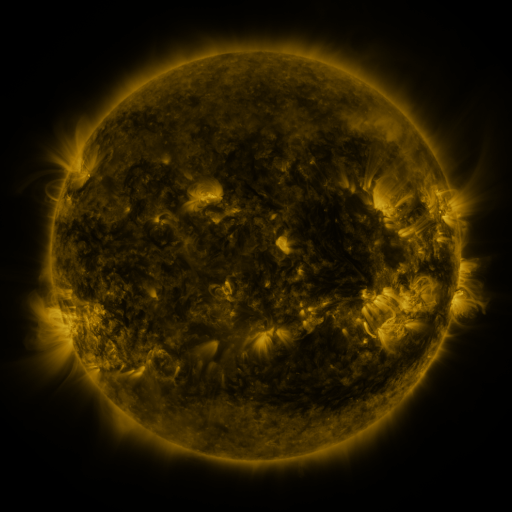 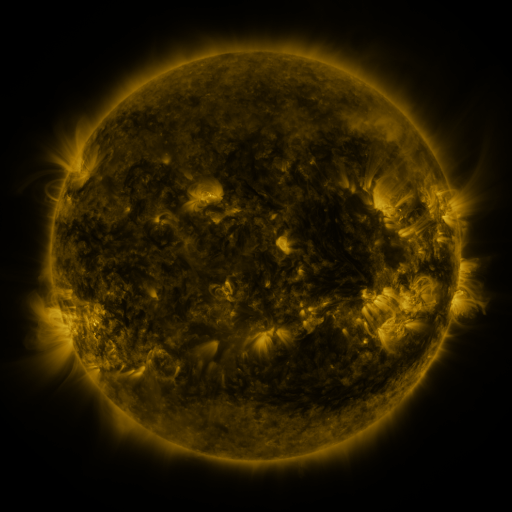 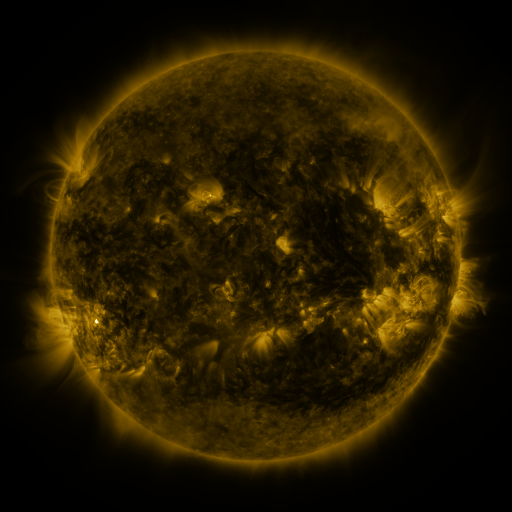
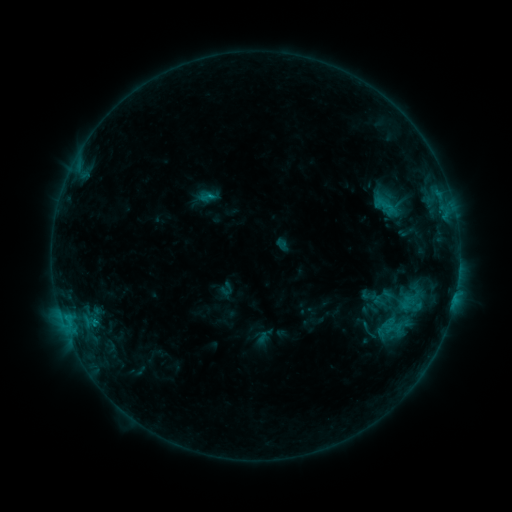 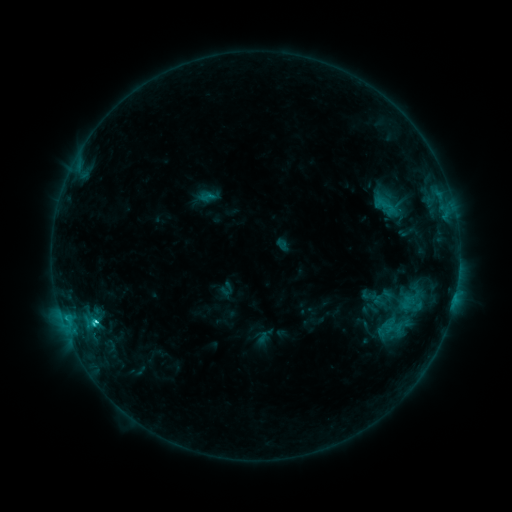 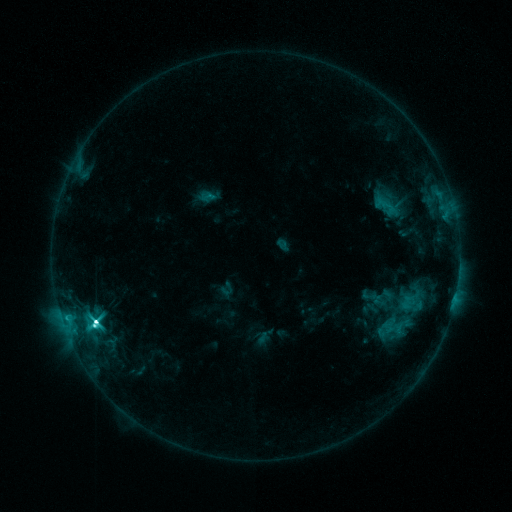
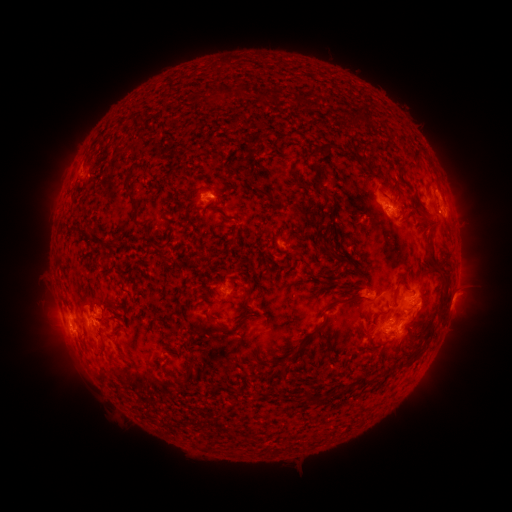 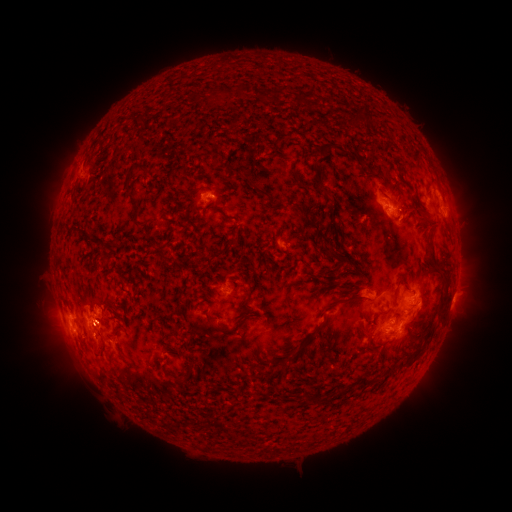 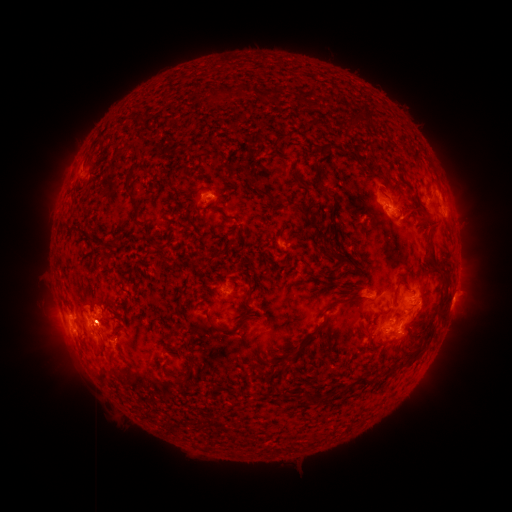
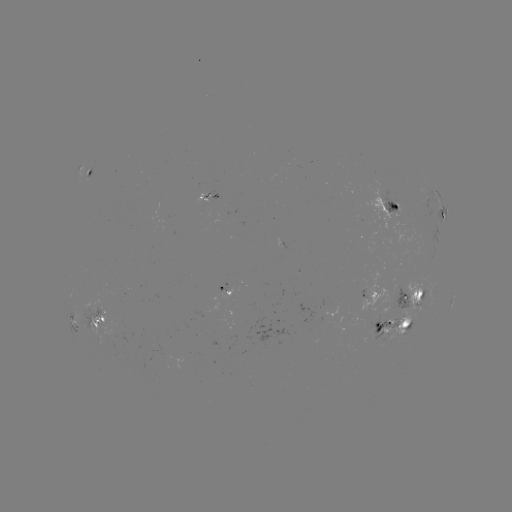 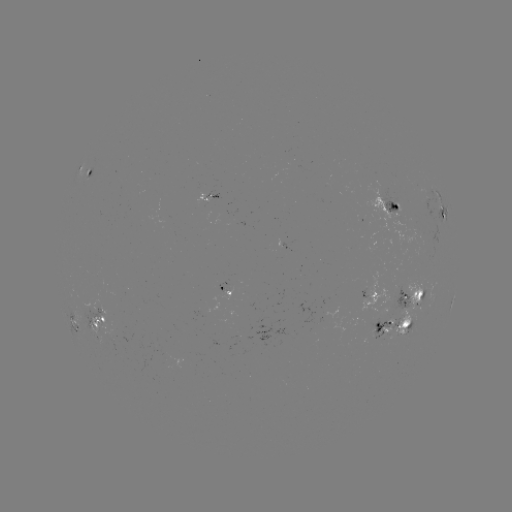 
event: flare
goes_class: M2.0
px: (97, 320)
